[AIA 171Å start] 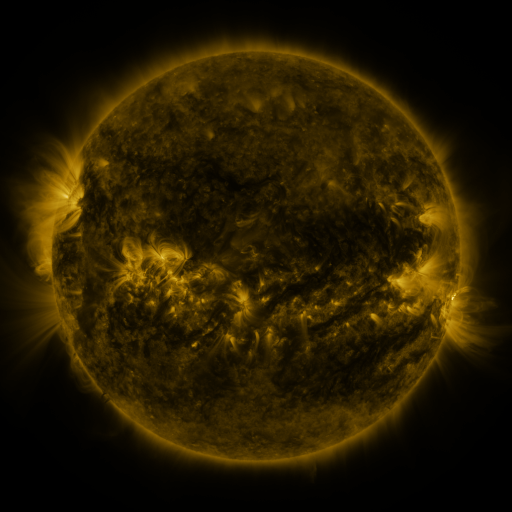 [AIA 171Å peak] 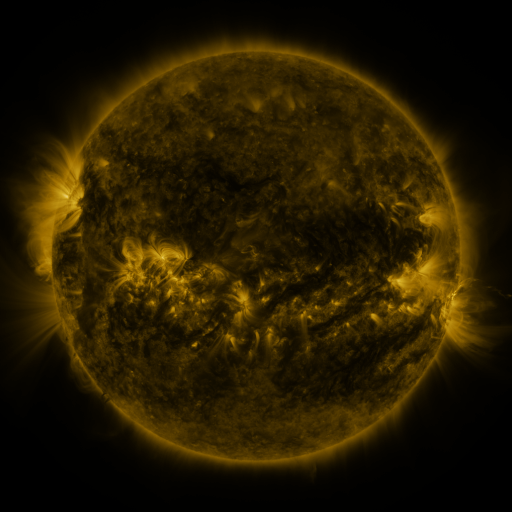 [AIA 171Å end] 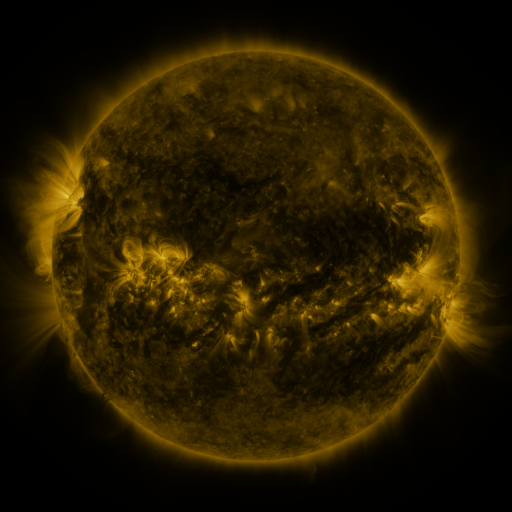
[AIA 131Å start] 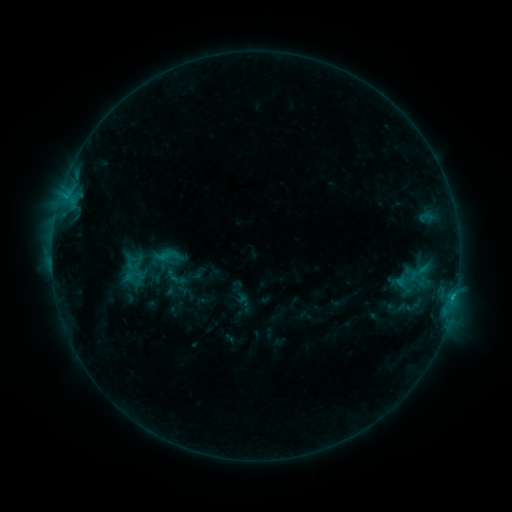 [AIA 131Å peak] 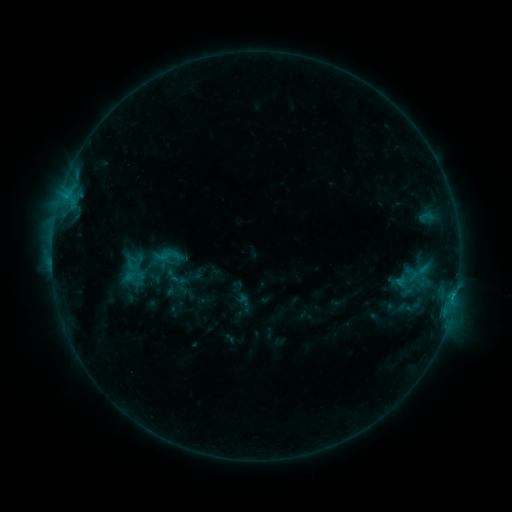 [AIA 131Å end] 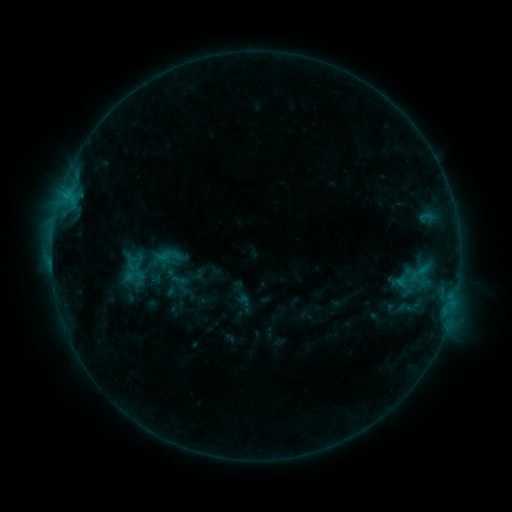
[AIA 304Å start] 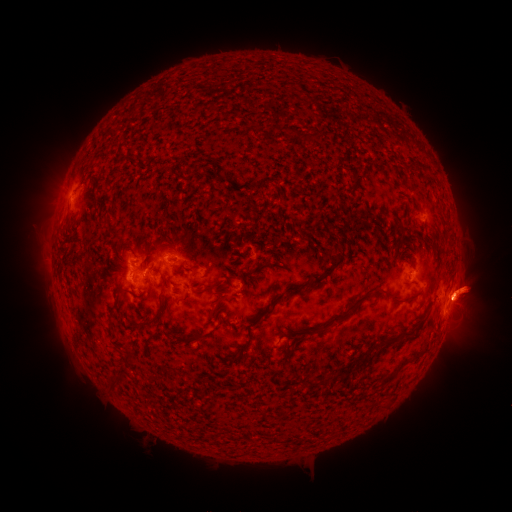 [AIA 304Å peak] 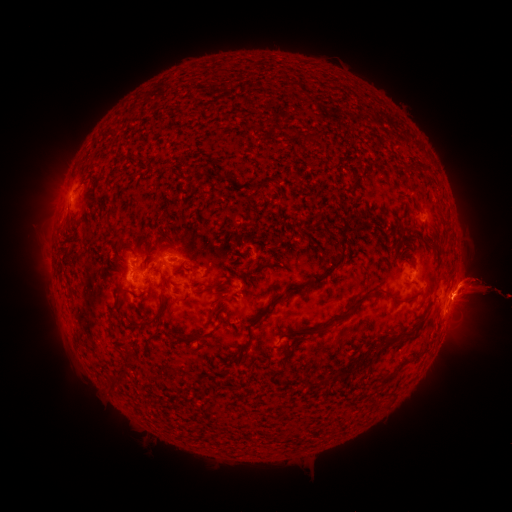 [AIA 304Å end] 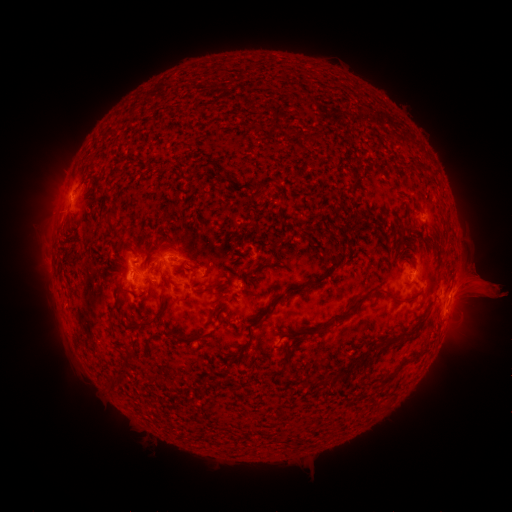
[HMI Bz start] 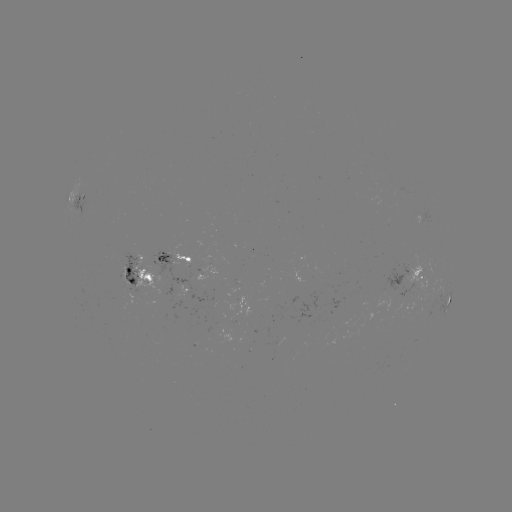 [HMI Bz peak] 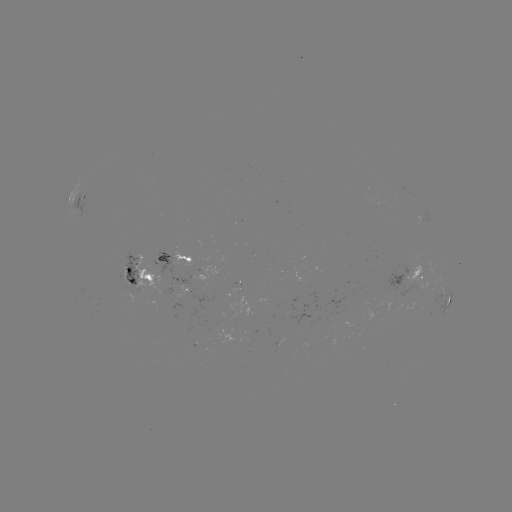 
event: eruption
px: (480, 283)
